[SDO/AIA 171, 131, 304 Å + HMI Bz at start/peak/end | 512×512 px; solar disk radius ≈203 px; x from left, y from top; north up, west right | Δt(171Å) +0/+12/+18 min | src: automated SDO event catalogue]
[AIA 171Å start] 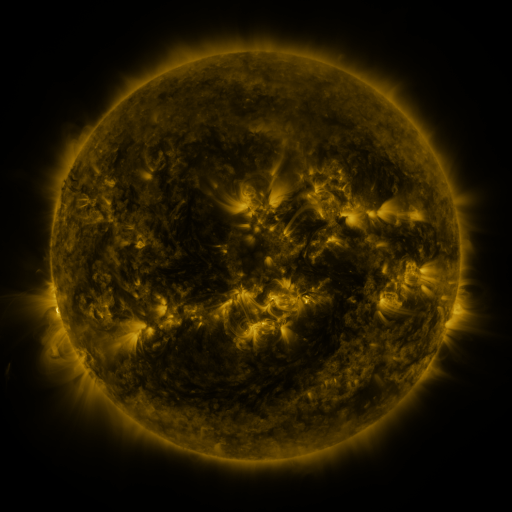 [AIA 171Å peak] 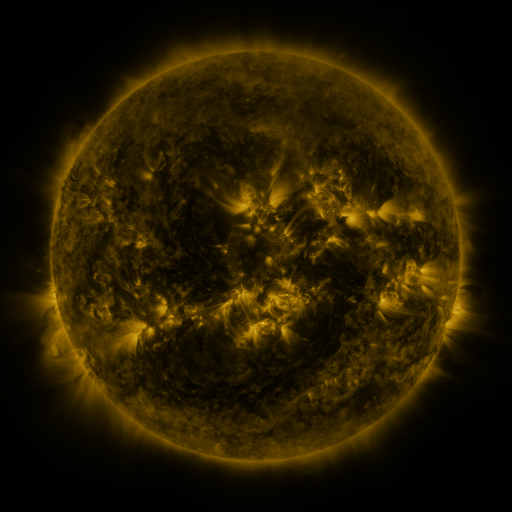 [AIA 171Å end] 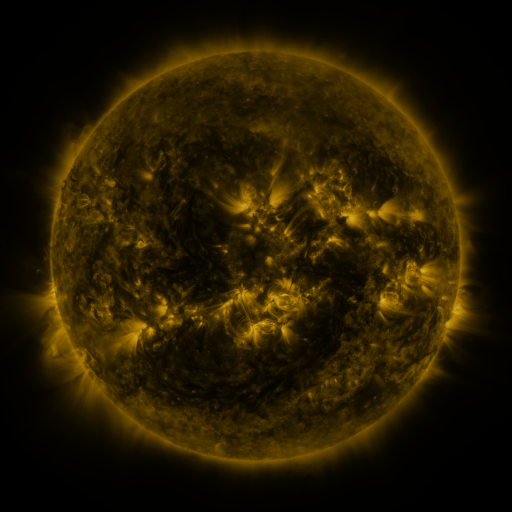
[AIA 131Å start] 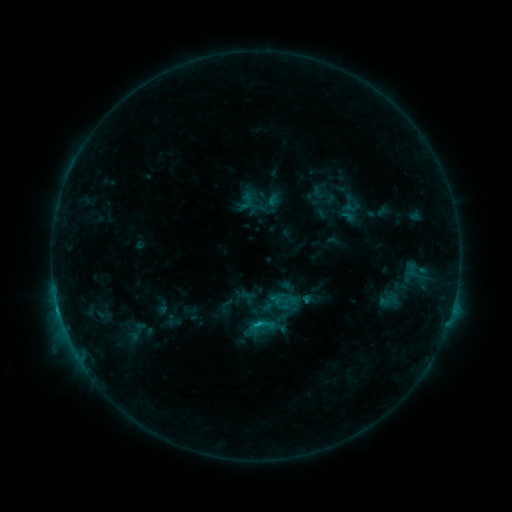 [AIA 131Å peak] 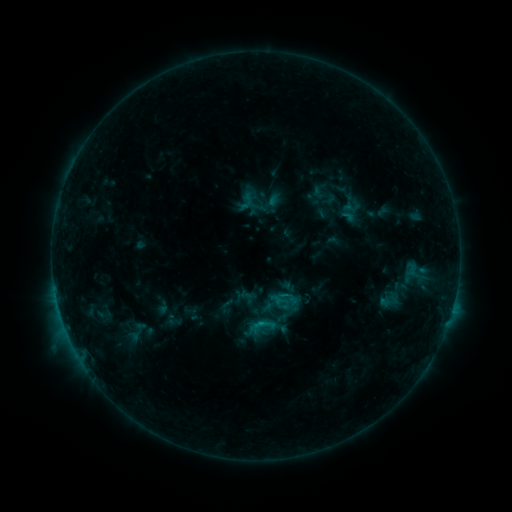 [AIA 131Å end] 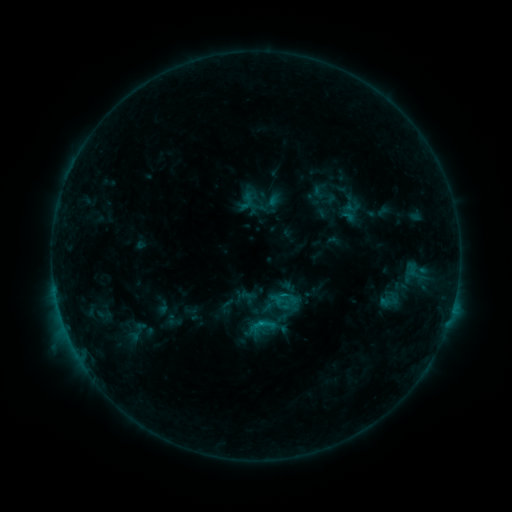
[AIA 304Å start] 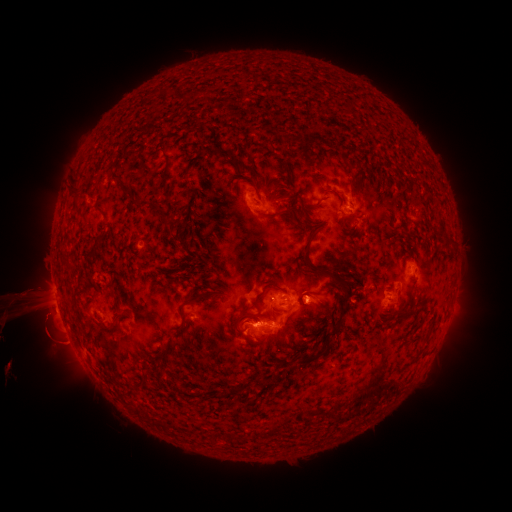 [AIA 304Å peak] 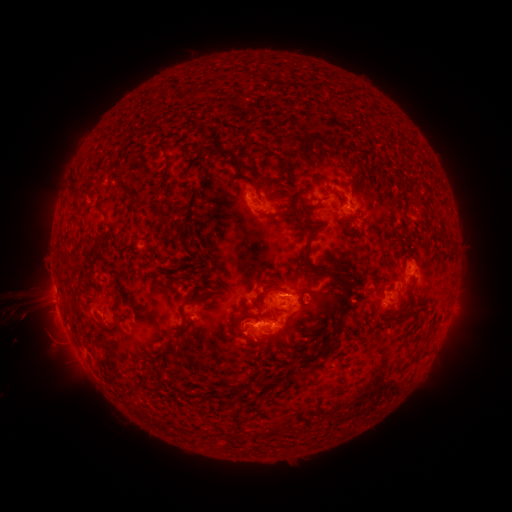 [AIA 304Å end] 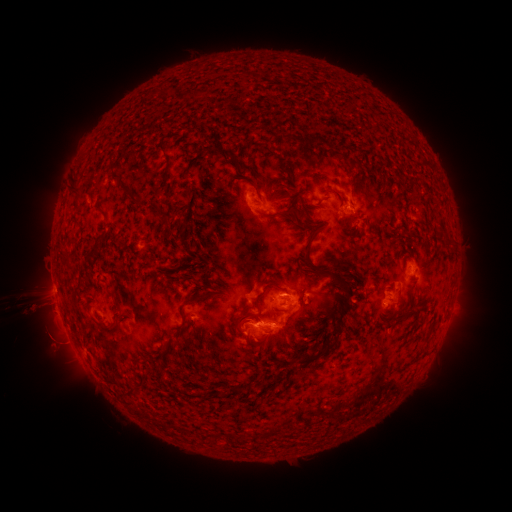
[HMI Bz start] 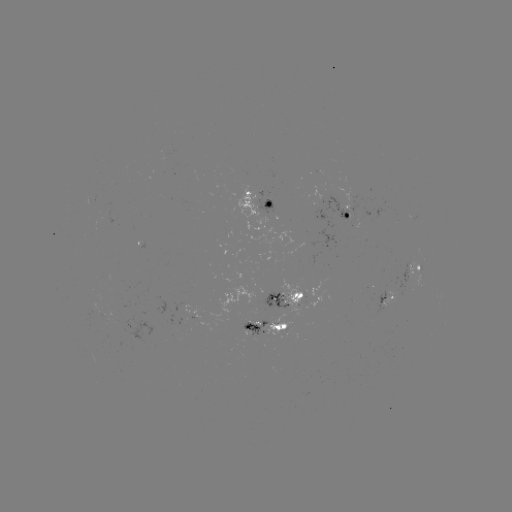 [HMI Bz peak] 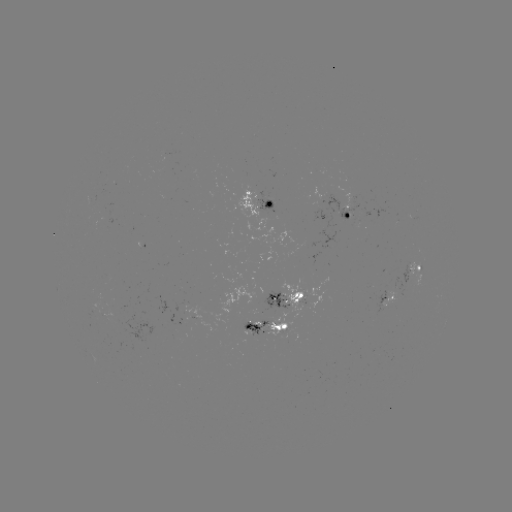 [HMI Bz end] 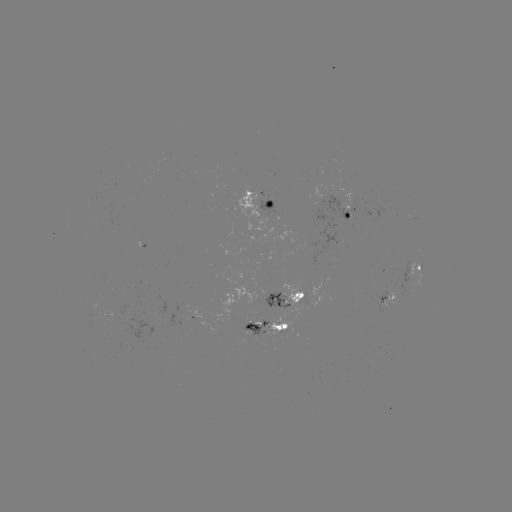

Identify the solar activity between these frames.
eruption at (25, 312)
